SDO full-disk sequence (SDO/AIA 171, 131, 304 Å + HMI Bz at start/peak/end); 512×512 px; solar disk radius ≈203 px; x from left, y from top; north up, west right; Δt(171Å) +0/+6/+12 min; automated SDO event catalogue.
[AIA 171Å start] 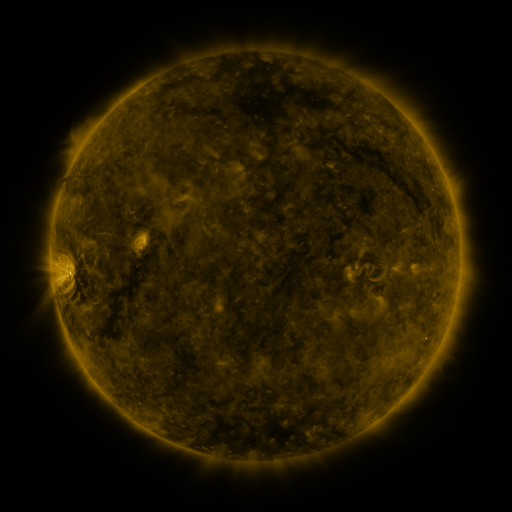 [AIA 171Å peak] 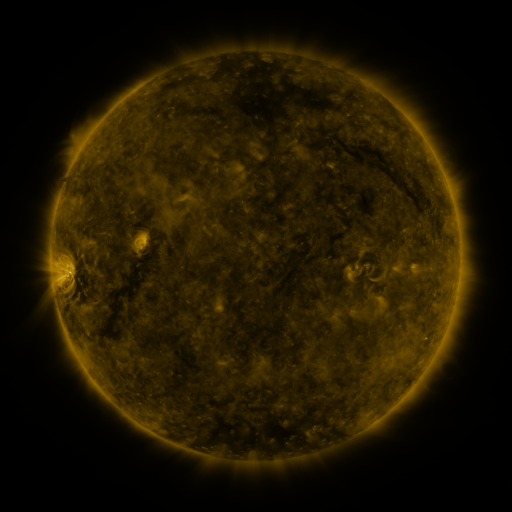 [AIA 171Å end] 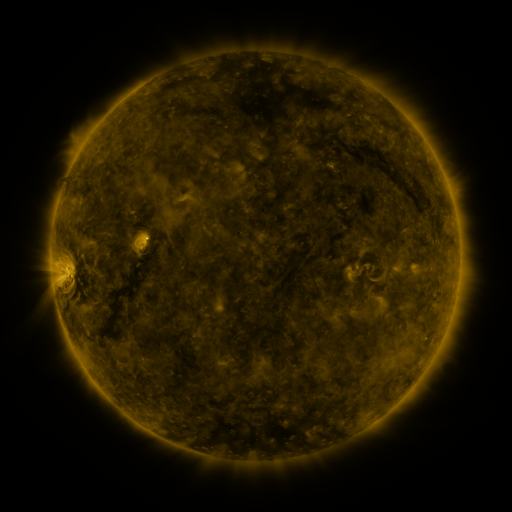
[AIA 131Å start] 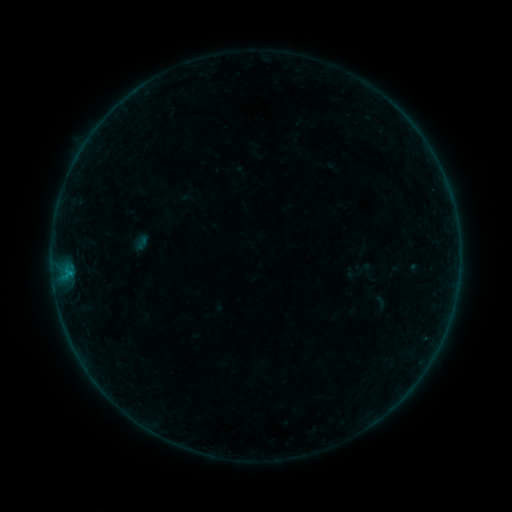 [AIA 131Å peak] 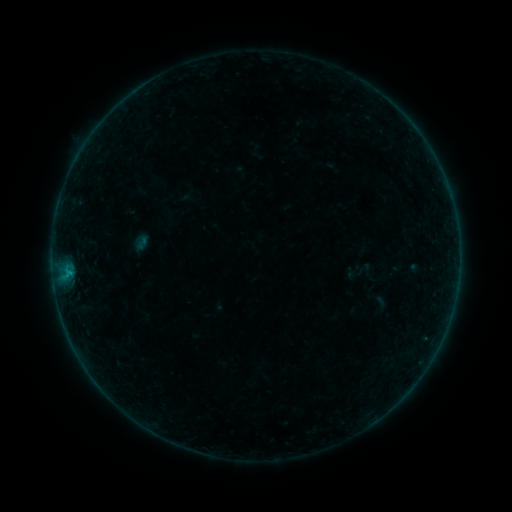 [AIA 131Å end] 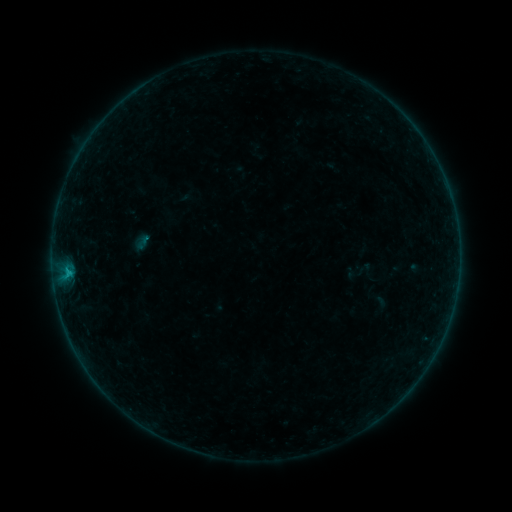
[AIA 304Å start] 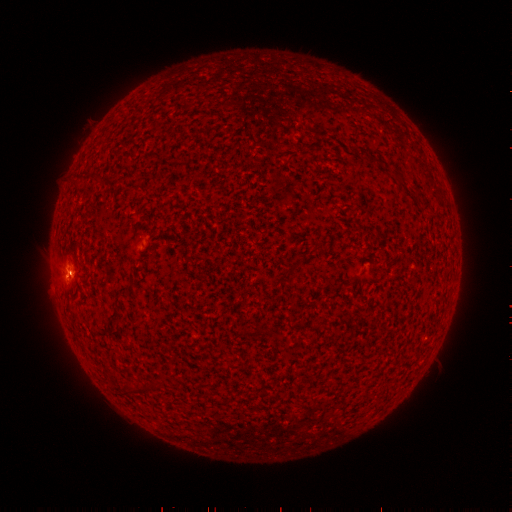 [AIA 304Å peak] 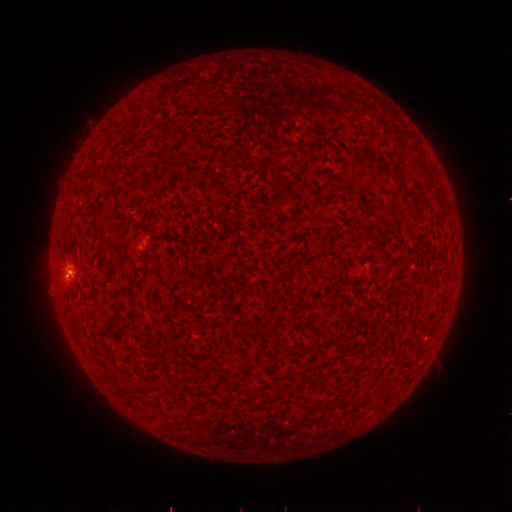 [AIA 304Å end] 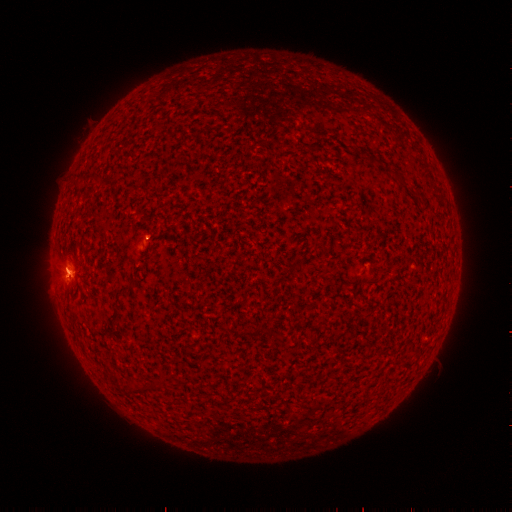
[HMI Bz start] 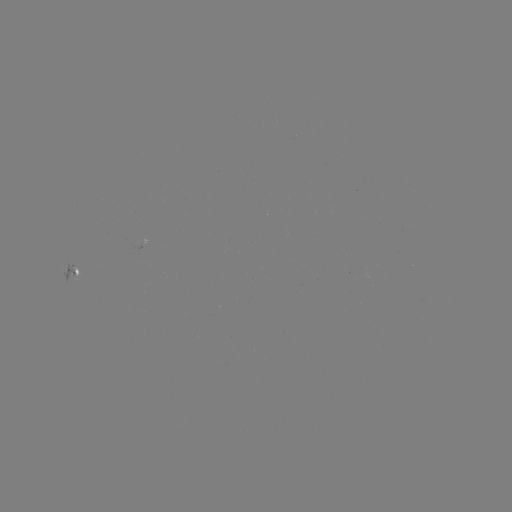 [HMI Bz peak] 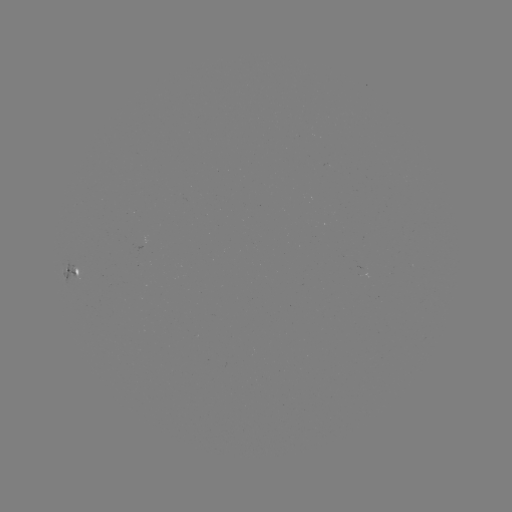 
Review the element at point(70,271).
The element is B4.1 flare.